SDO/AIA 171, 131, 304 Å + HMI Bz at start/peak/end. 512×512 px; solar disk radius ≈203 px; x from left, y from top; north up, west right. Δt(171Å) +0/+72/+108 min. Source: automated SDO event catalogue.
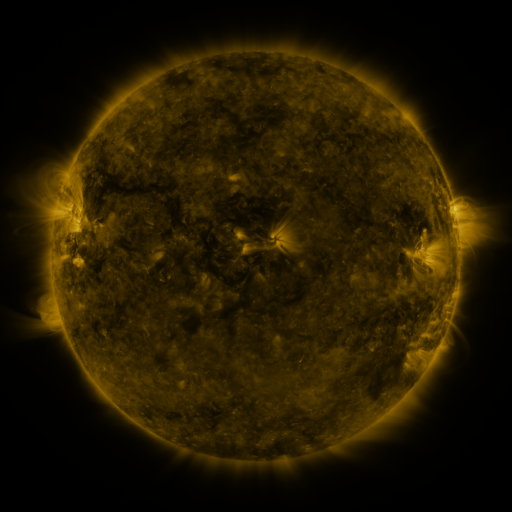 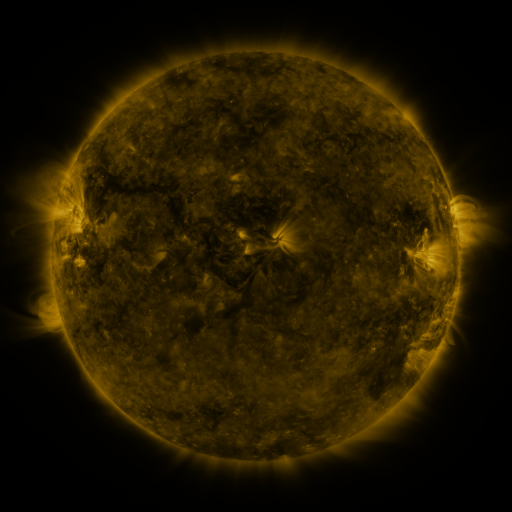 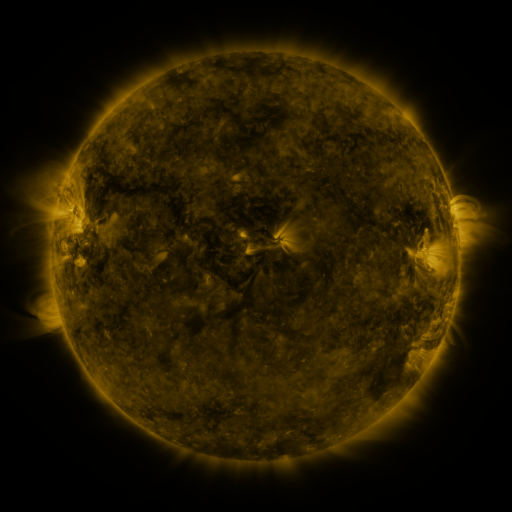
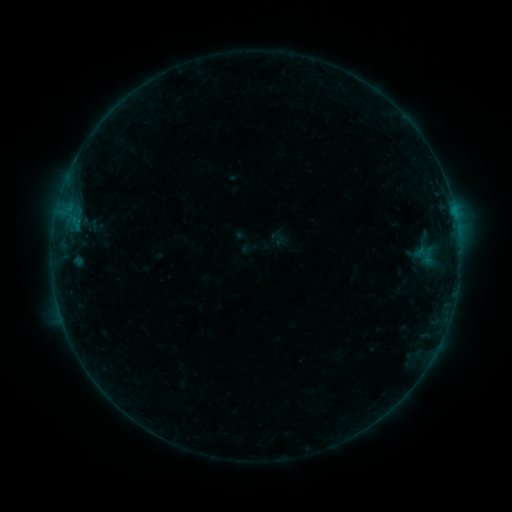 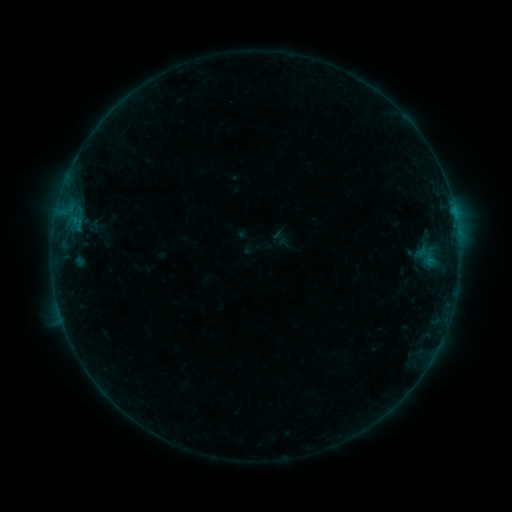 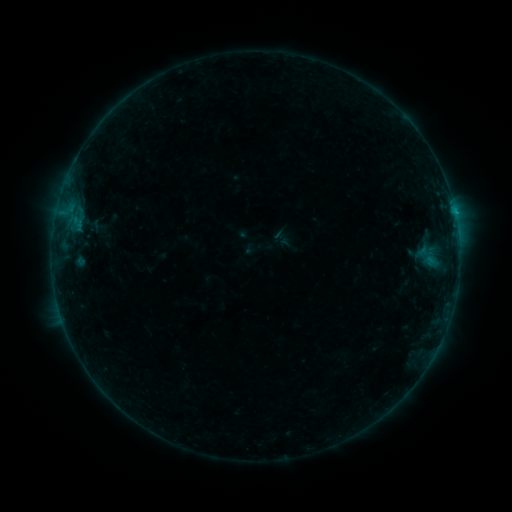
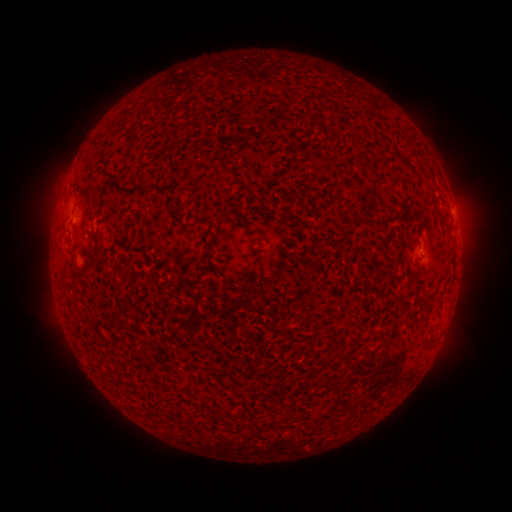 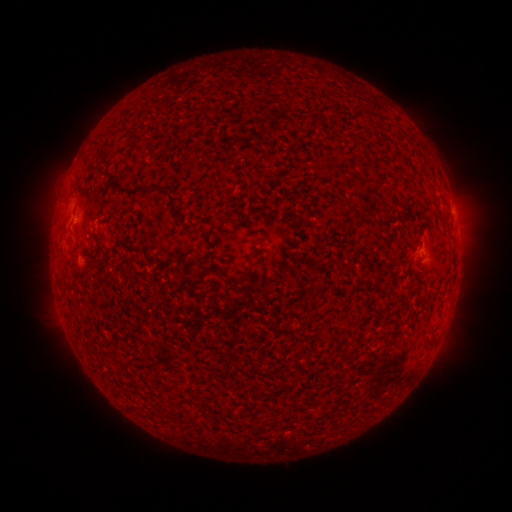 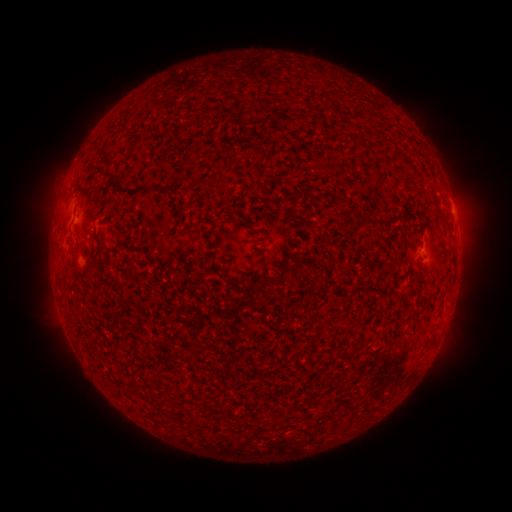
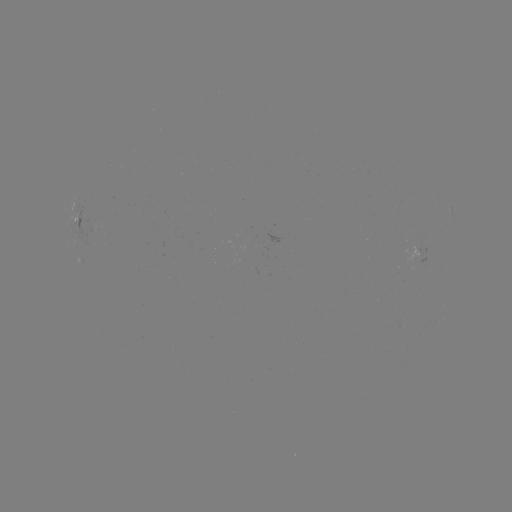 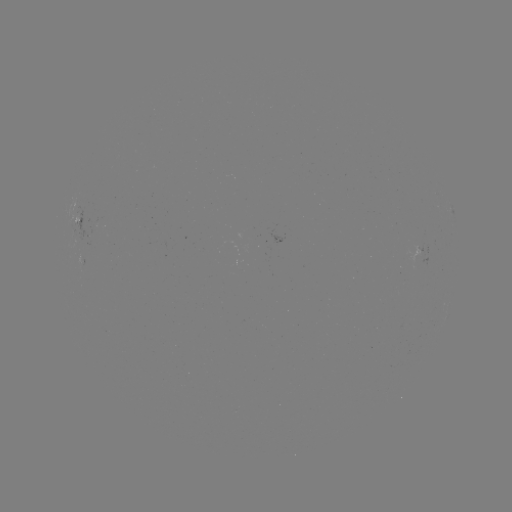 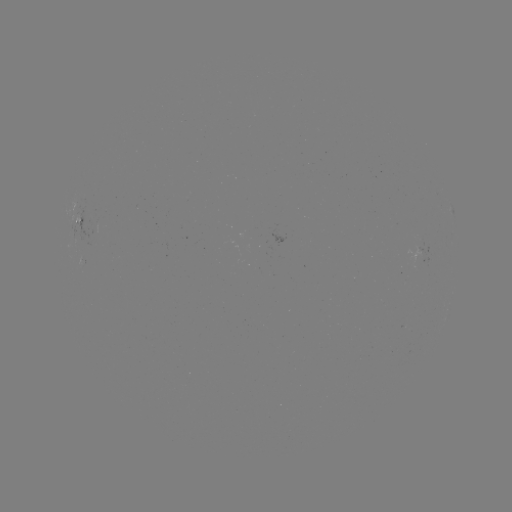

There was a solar emerging-flux region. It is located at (82, 260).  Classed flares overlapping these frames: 1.